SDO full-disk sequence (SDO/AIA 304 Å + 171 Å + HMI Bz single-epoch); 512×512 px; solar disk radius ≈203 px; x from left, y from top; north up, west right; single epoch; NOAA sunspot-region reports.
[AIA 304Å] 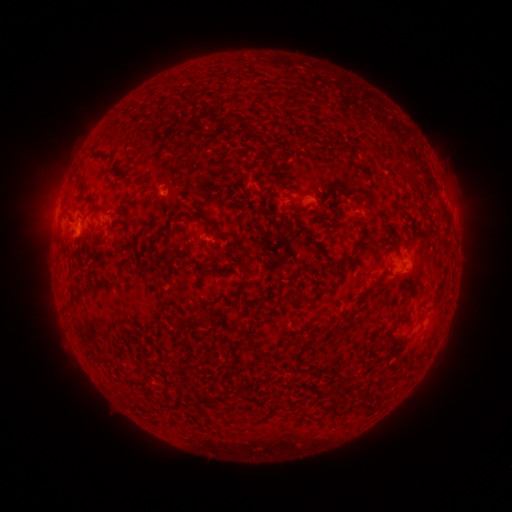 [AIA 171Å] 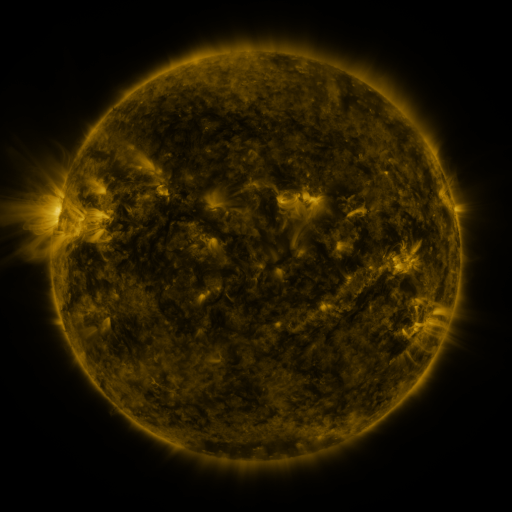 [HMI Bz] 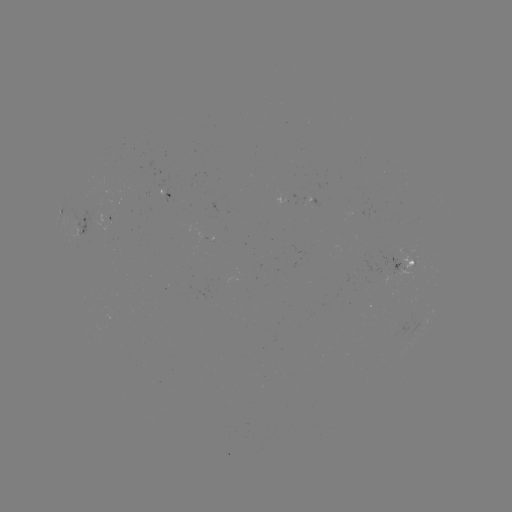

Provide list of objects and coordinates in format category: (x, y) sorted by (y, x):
spotted active region: (162, 195)
spotted active region: (57, 214)
spotted active region: (98, 222)
spotted active region: (85, 224)
spotted active region: (406, 263)
